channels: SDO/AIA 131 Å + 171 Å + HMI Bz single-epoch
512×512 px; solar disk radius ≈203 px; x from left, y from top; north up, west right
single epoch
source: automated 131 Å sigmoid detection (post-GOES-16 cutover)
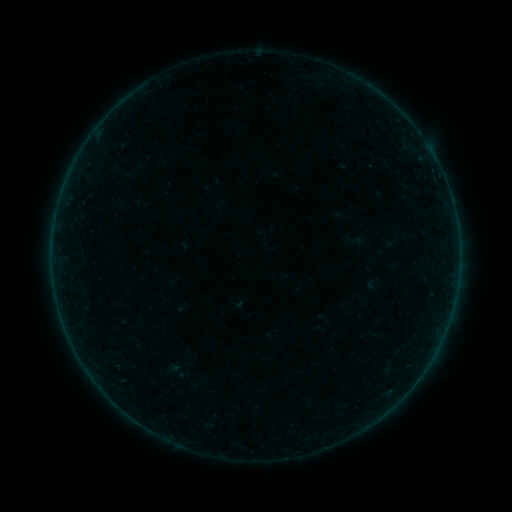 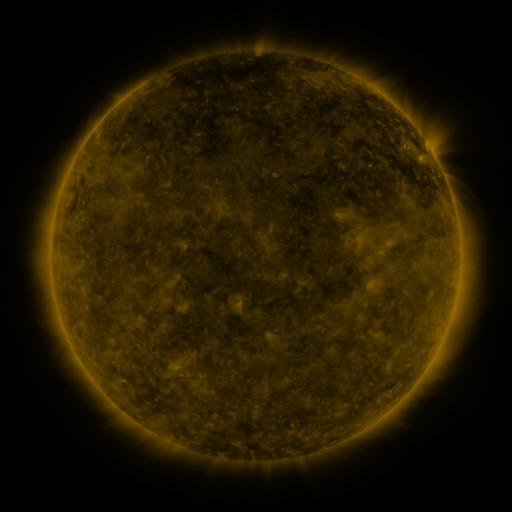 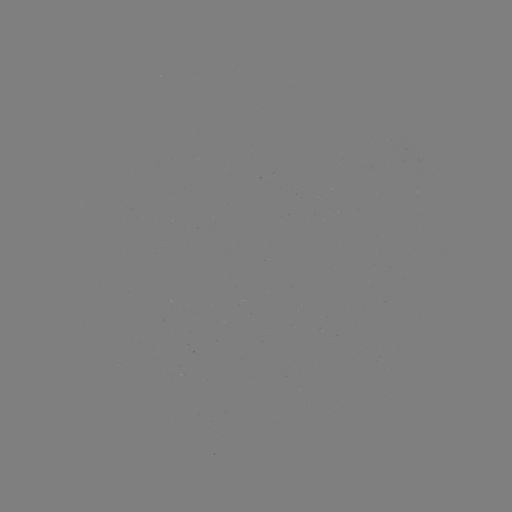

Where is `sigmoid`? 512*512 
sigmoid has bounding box [156, 356, 196, 386].